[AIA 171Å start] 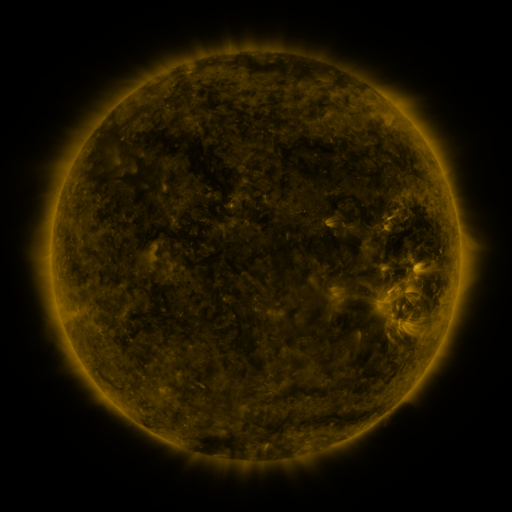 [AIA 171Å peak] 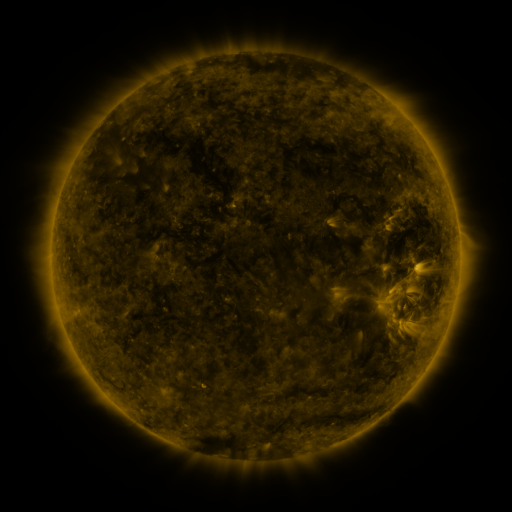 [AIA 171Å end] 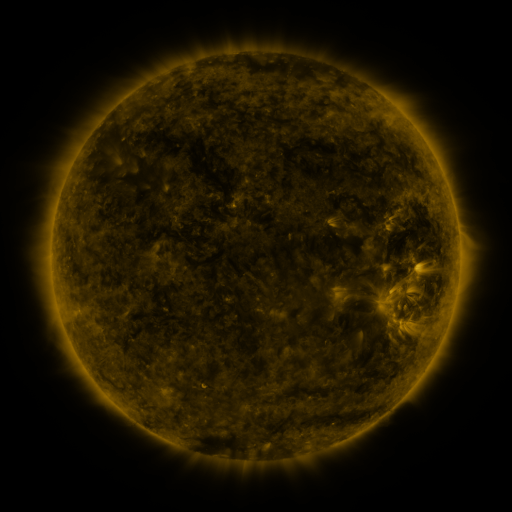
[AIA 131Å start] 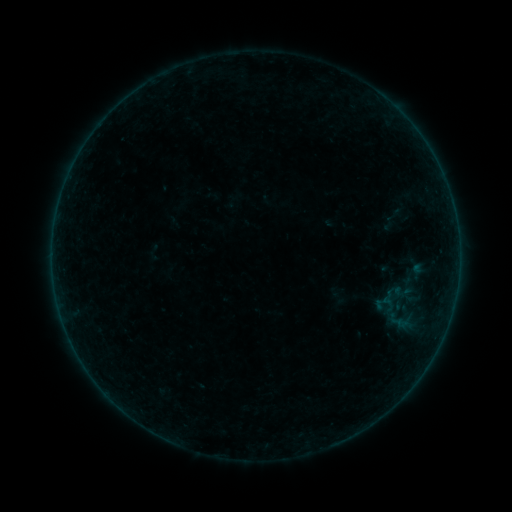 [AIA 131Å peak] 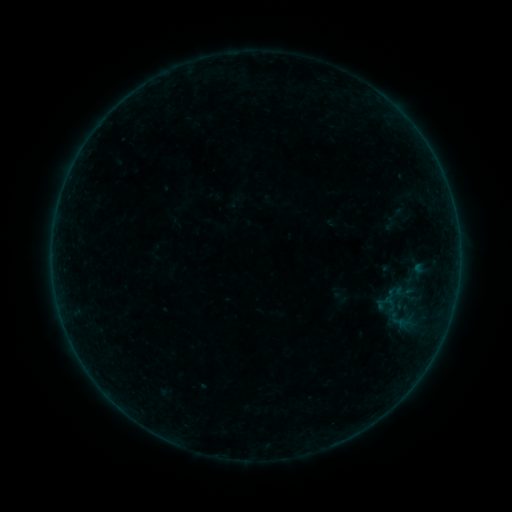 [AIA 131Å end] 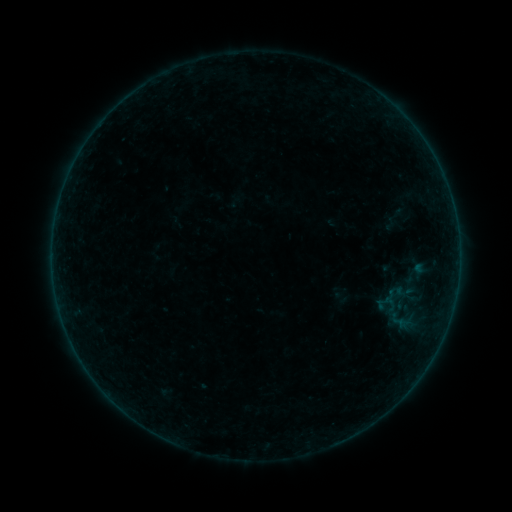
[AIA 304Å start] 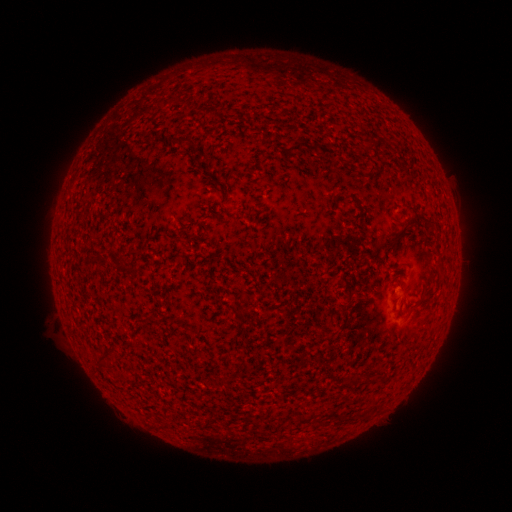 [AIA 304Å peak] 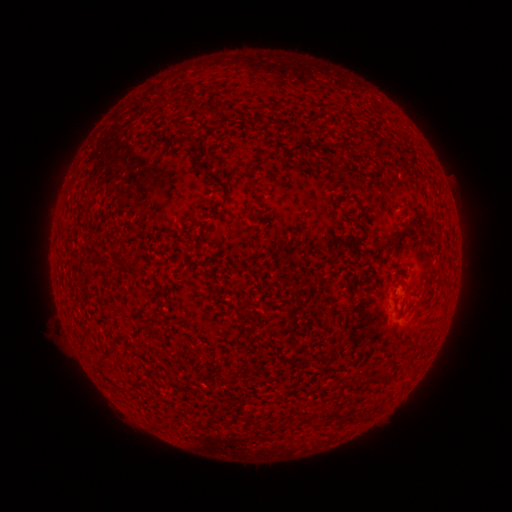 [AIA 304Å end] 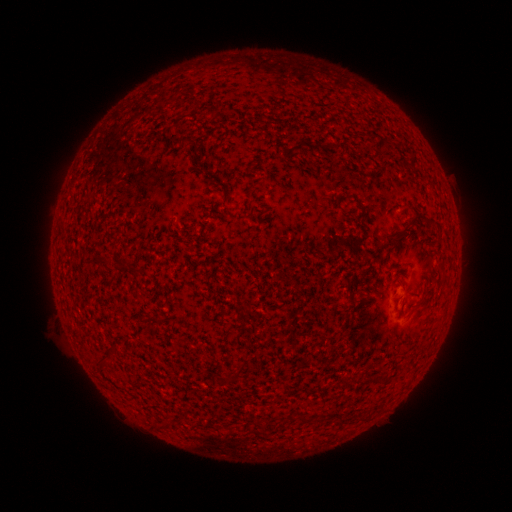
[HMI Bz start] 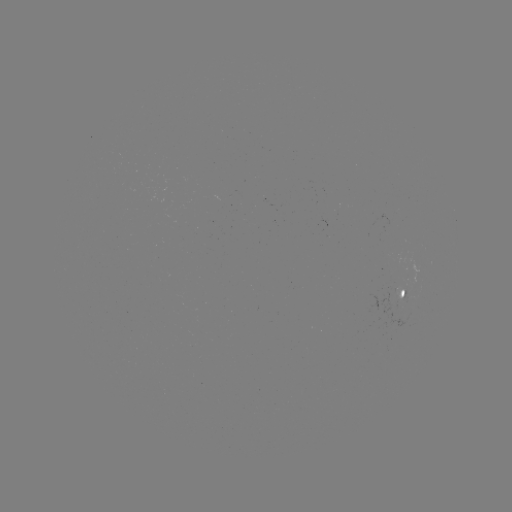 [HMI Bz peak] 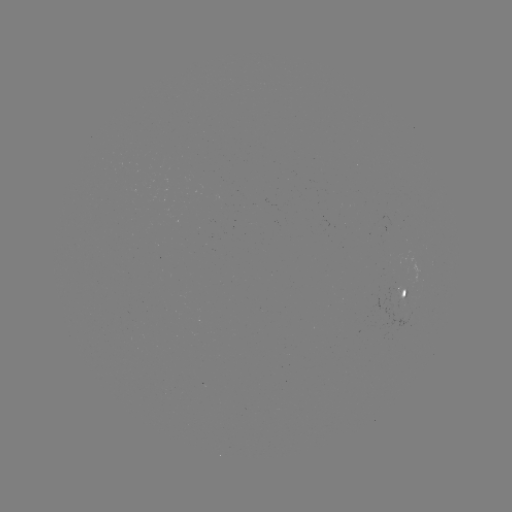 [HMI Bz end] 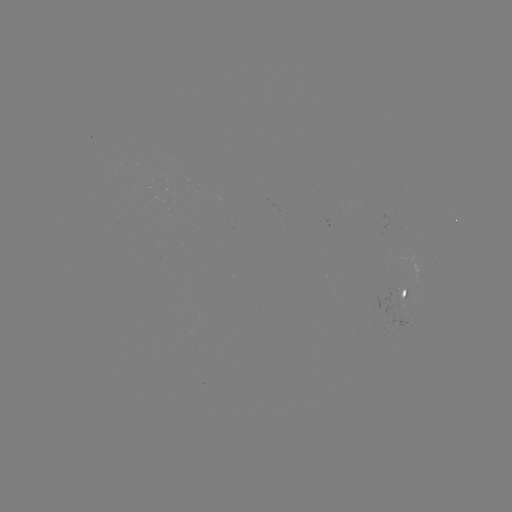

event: emerging-flux region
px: (397, 290)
